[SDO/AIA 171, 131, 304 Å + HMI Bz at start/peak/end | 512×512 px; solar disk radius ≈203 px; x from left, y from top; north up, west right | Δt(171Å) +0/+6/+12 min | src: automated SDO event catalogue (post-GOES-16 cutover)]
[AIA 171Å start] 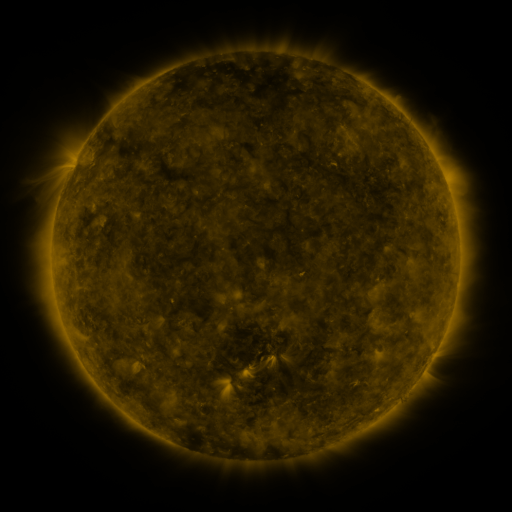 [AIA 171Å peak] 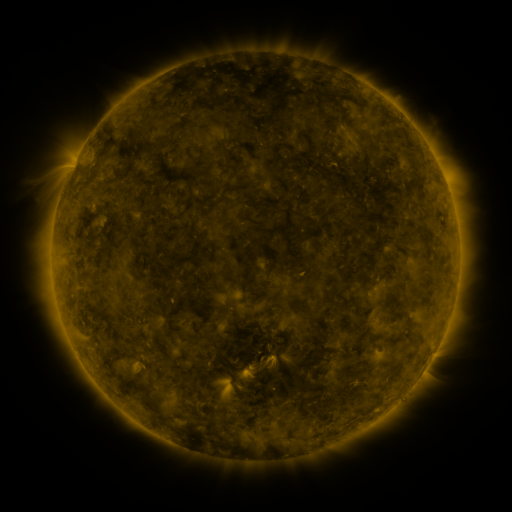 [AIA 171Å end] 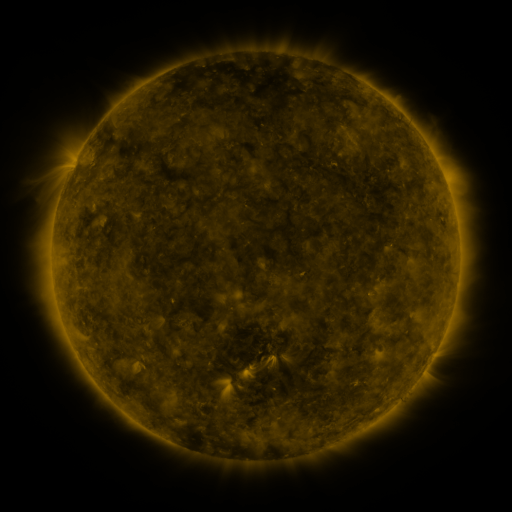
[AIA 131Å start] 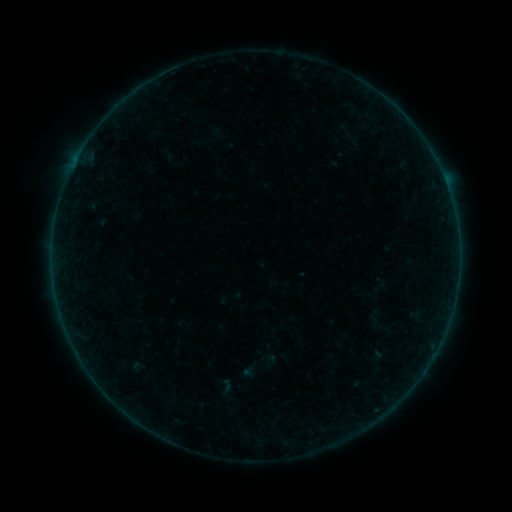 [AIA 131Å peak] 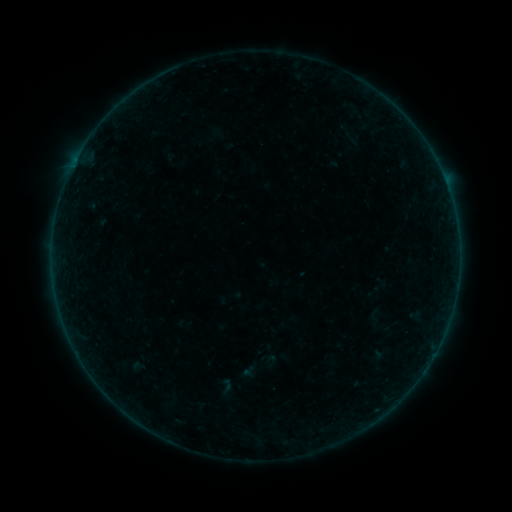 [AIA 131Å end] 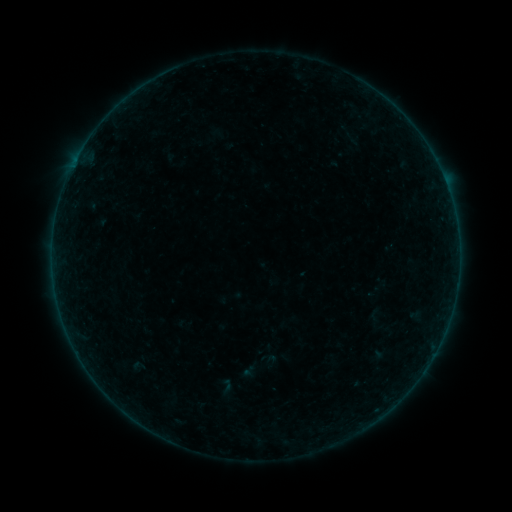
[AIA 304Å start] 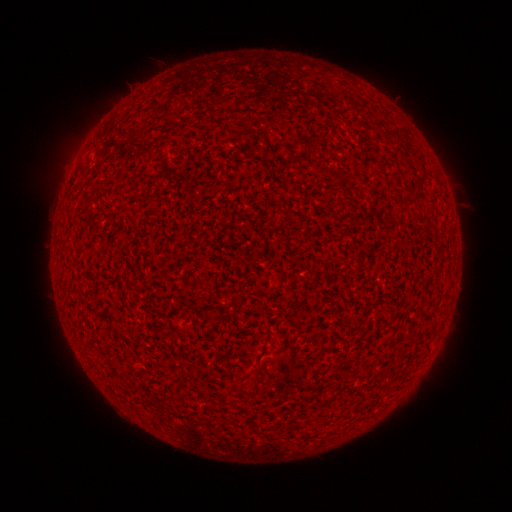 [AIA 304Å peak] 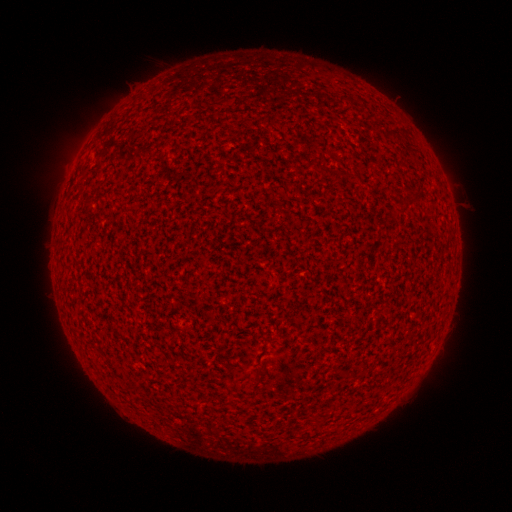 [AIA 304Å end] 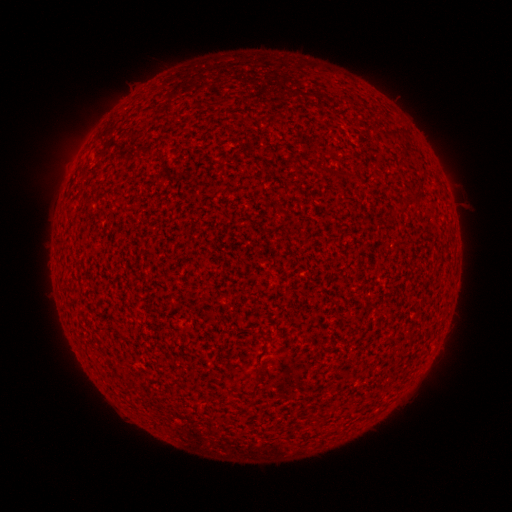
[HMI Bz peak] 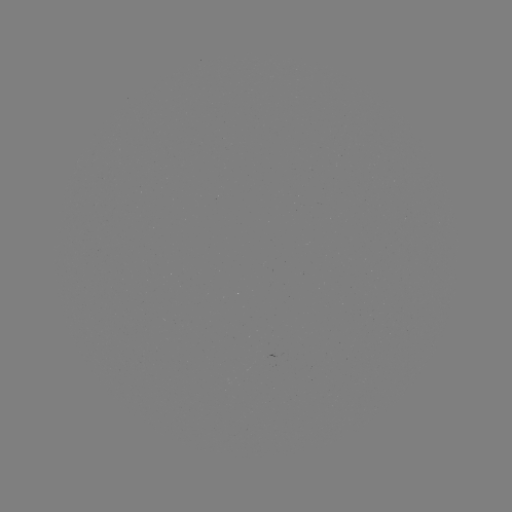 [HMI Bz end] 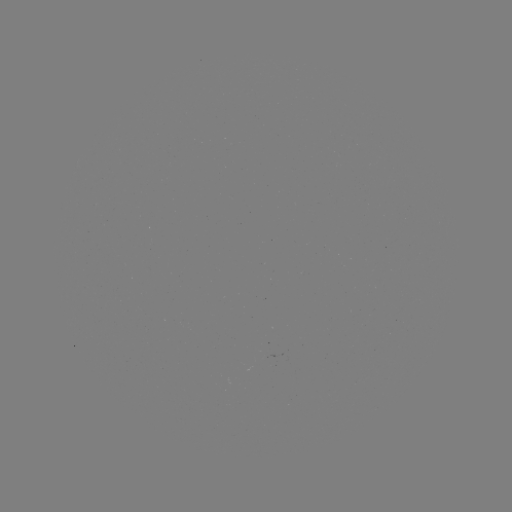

nothing was catalogued: no classed flare, no EUV trigger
